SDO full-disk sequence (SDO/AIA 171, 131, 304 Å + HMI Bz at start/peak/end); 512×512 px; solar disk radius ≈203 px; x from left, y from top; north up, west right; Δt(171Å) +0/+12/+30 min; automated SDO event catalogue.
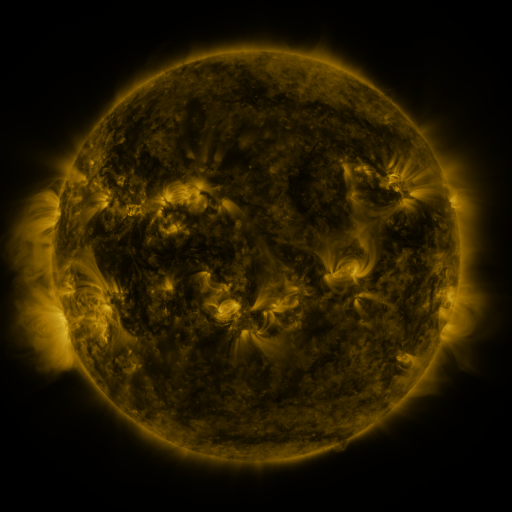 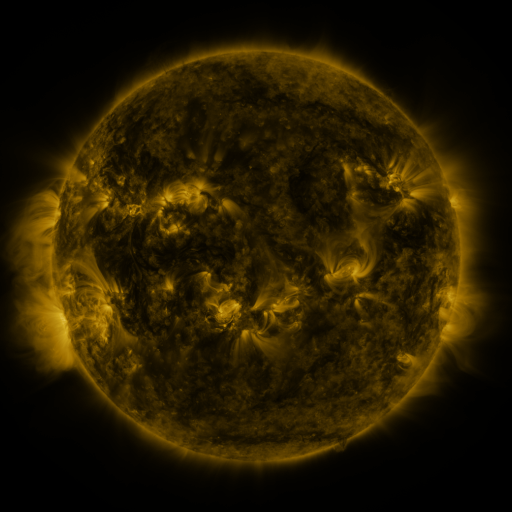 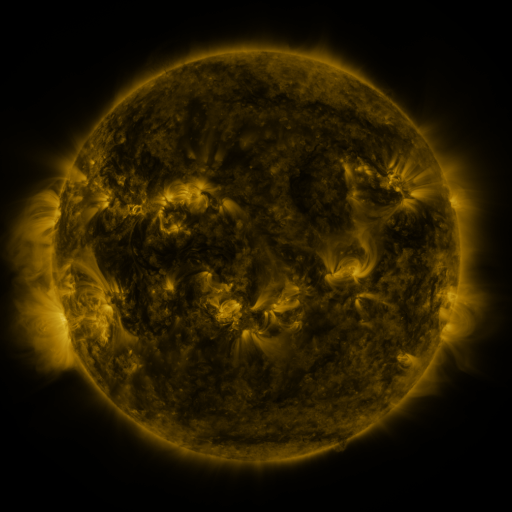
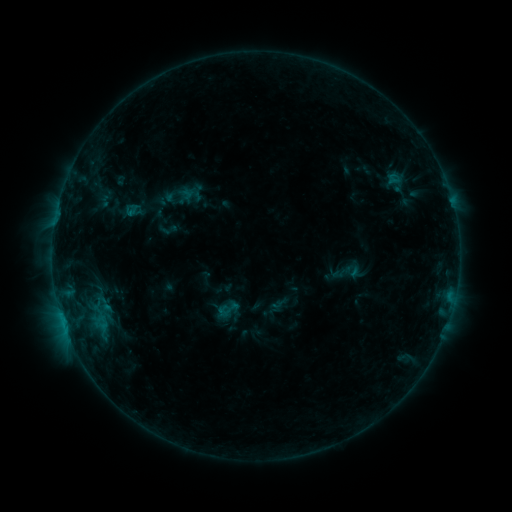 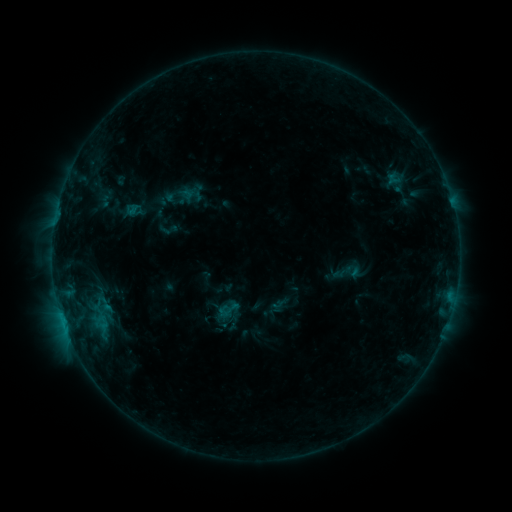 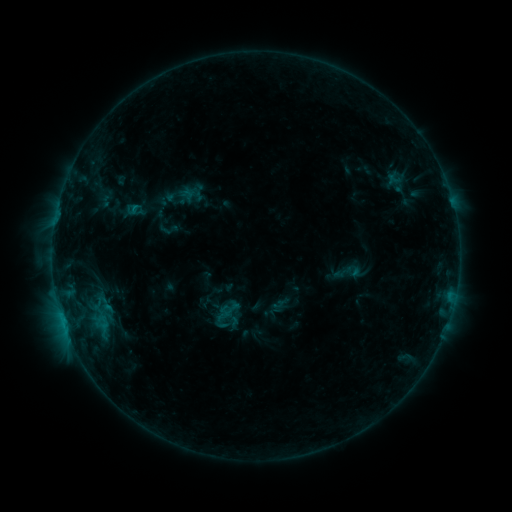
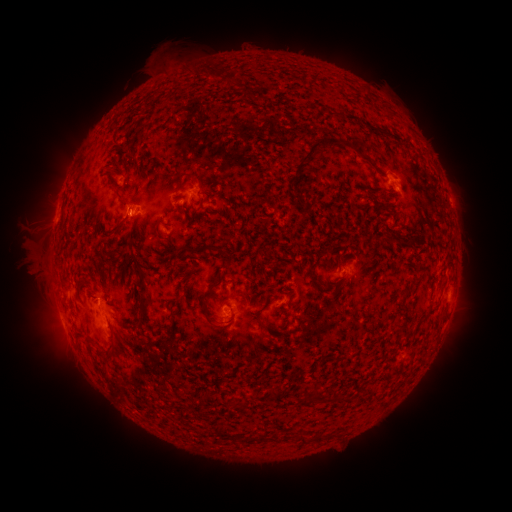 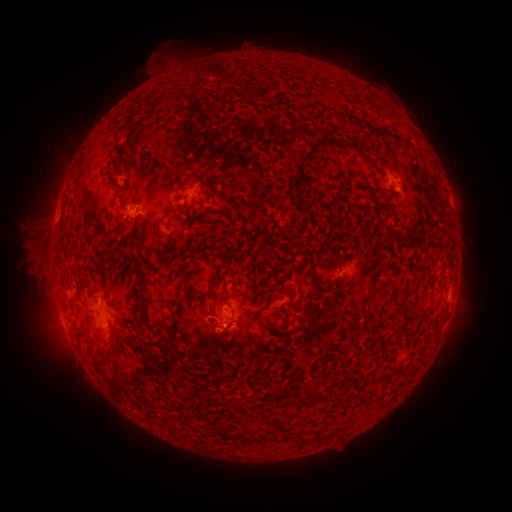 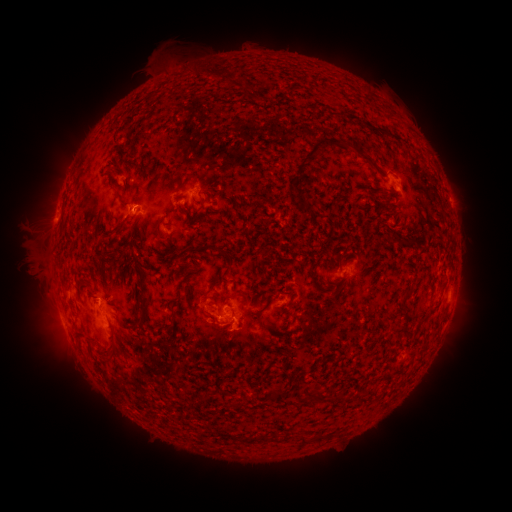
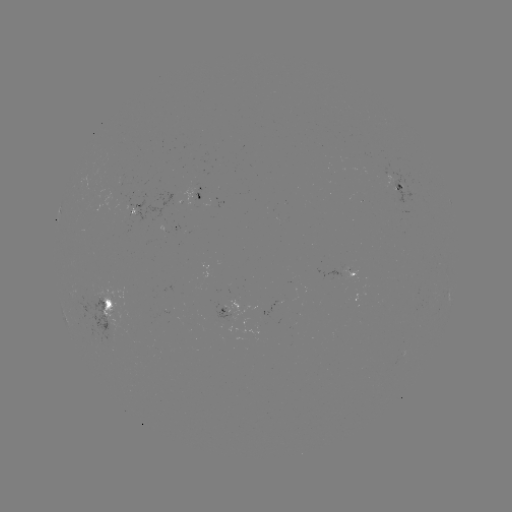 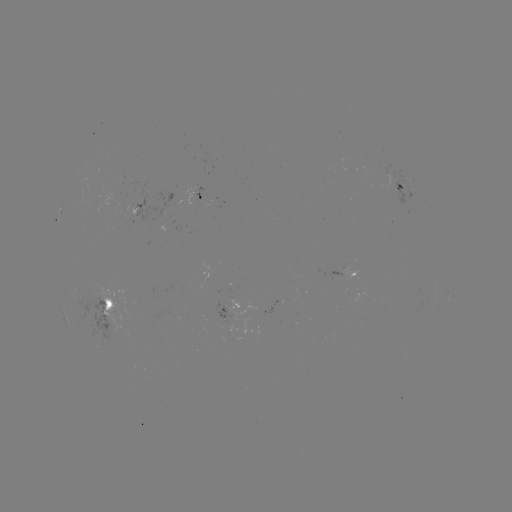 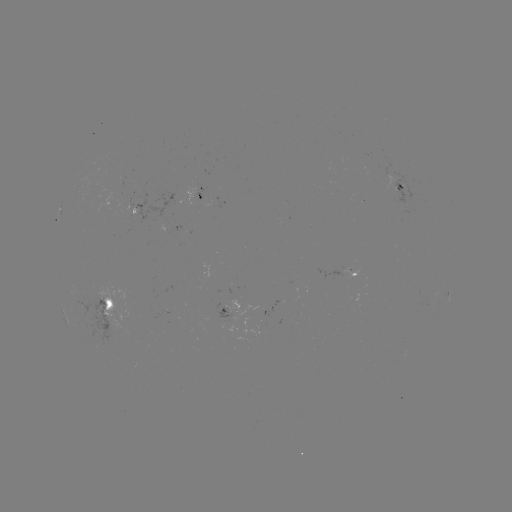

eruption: (177, 280, 266, 369)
